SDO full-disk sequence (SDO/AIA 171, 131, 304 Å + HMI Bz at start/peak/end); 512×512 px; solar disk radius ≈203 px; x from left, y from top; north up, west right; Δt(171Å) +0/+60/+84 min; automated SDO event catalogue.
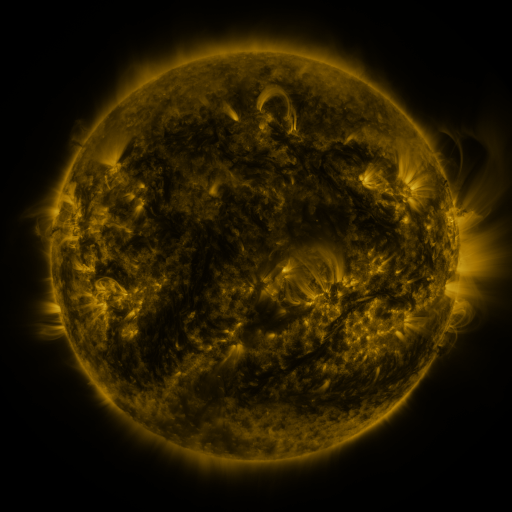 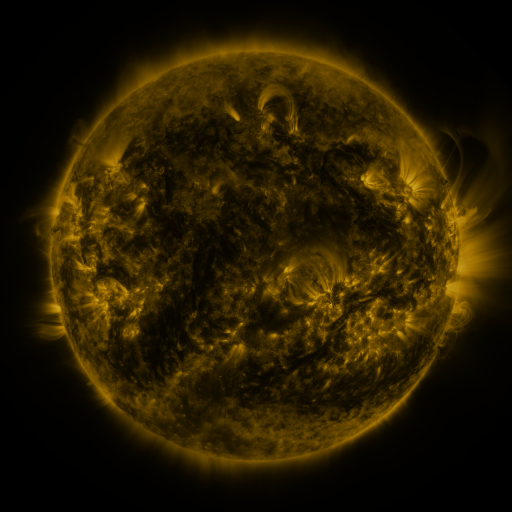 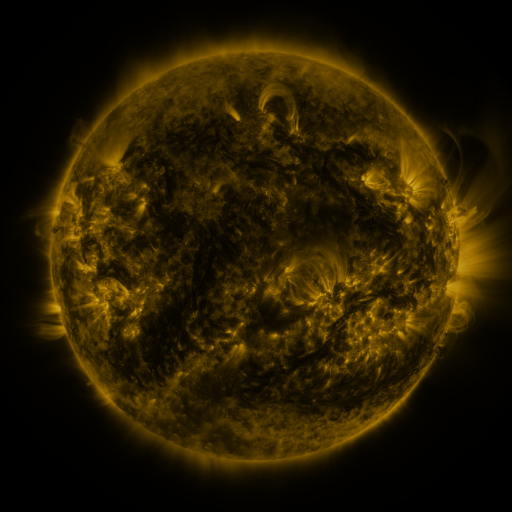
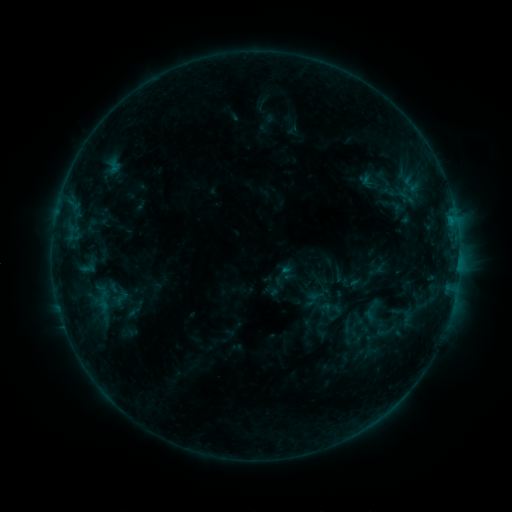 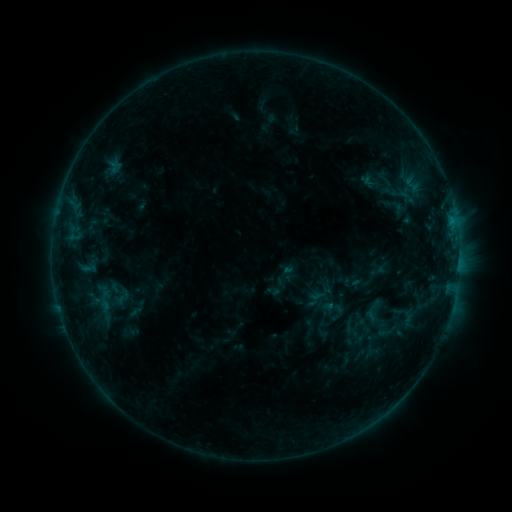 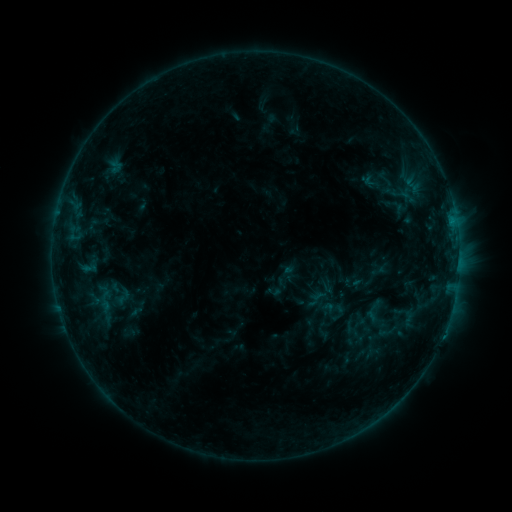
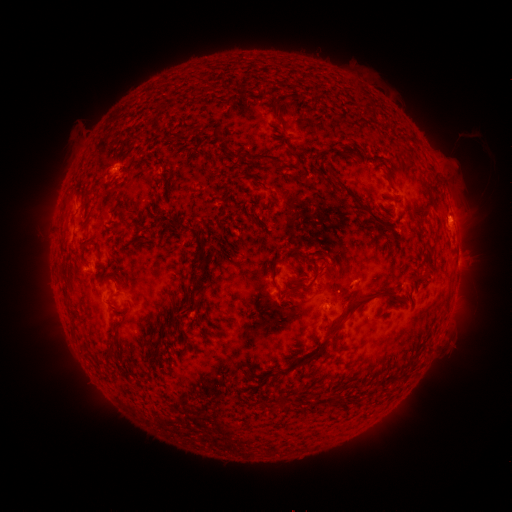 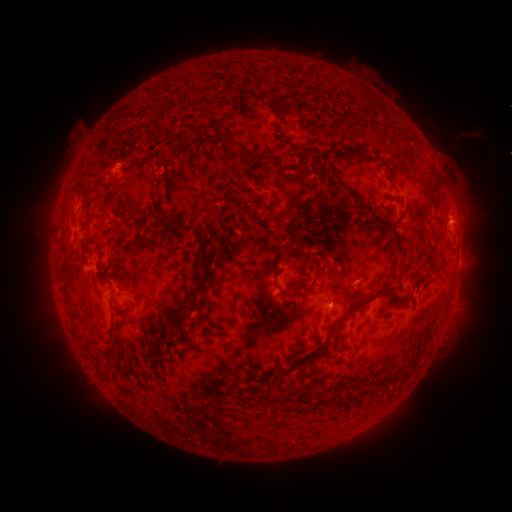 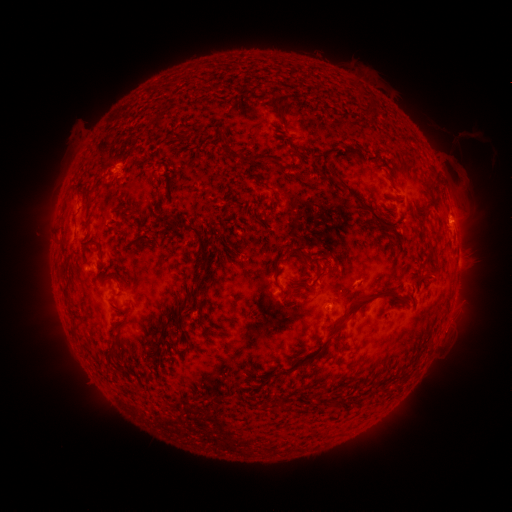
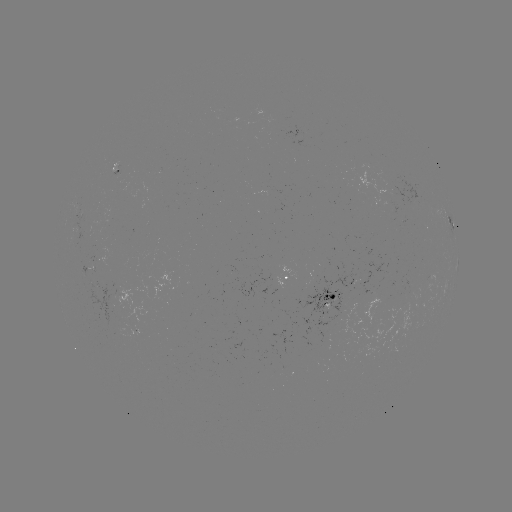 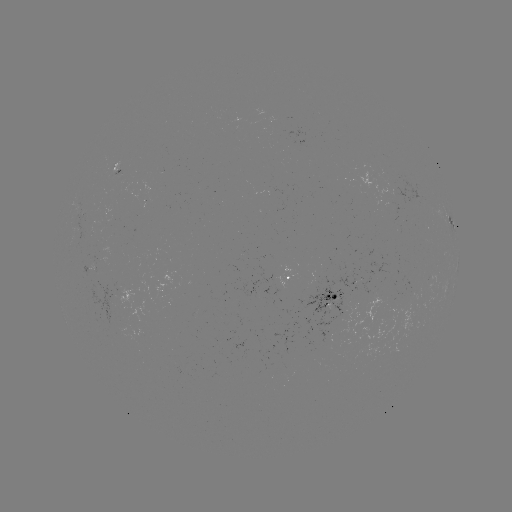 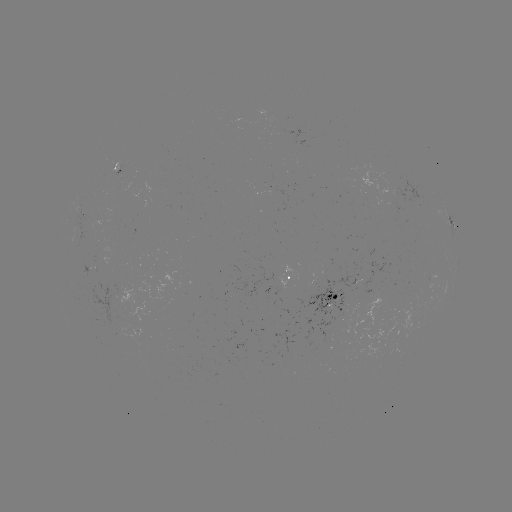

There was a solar emerging-flux region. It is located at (395, 199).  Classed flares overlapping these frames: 1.